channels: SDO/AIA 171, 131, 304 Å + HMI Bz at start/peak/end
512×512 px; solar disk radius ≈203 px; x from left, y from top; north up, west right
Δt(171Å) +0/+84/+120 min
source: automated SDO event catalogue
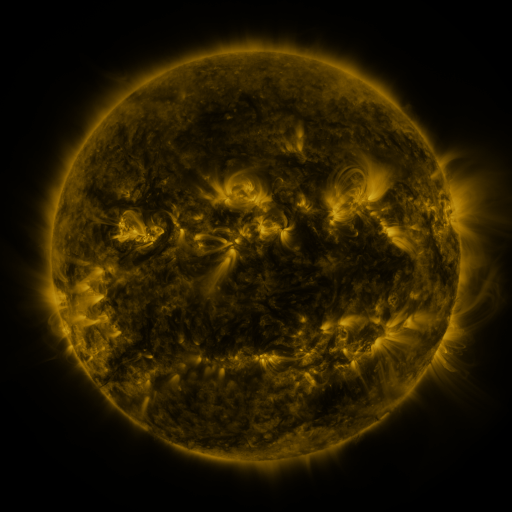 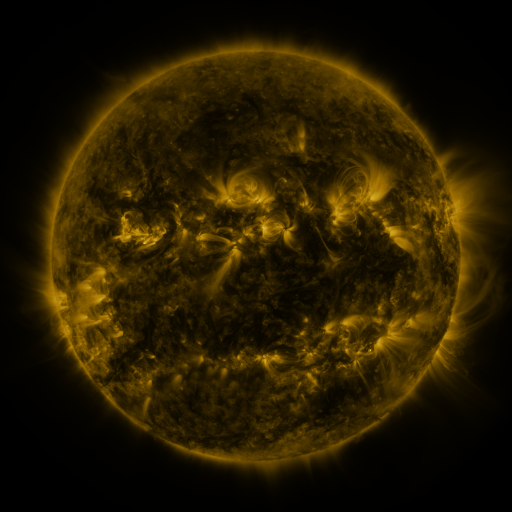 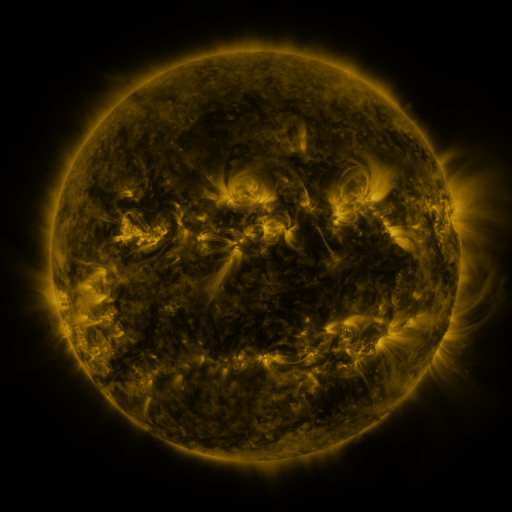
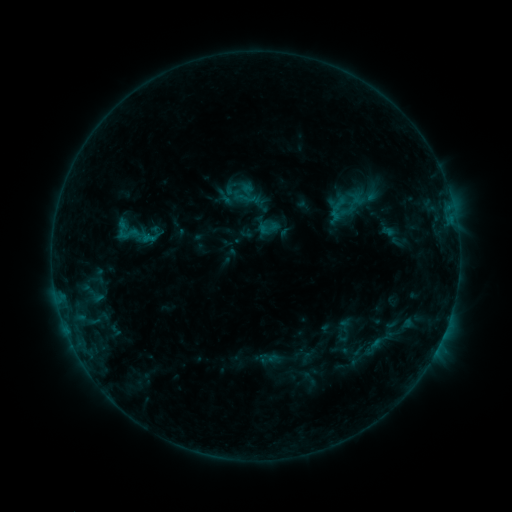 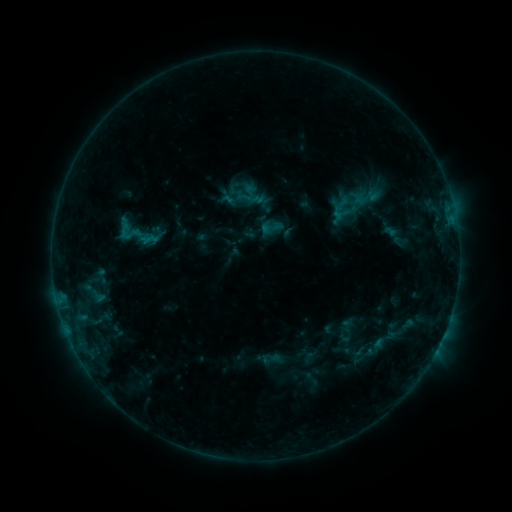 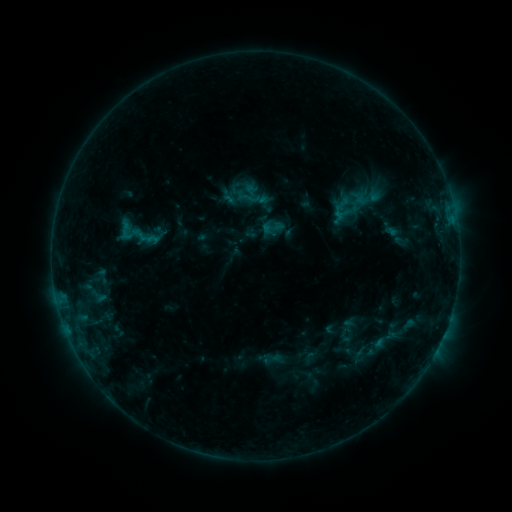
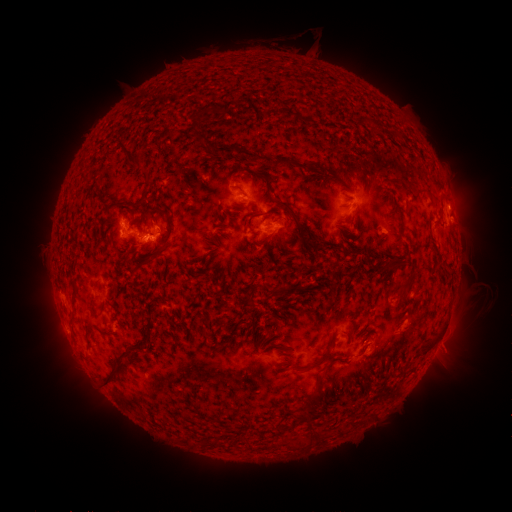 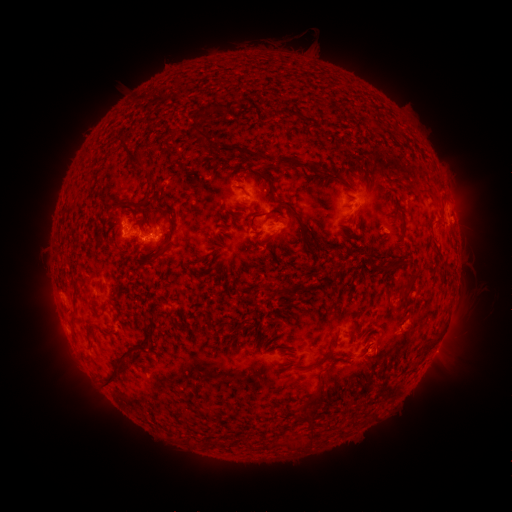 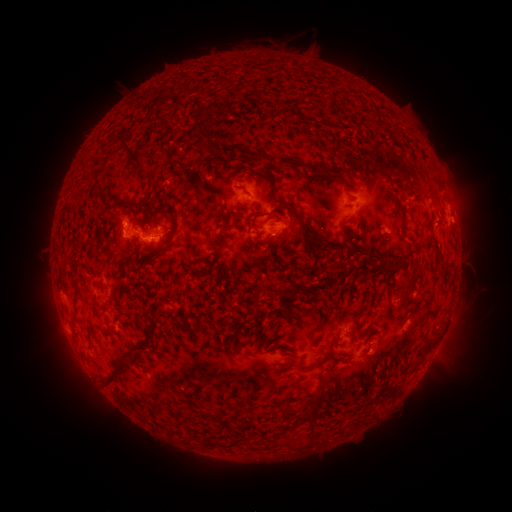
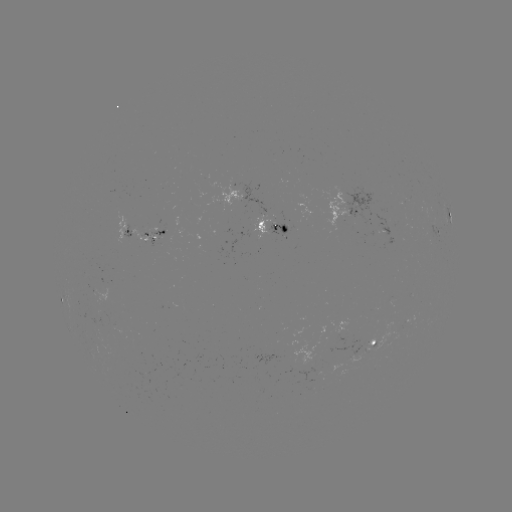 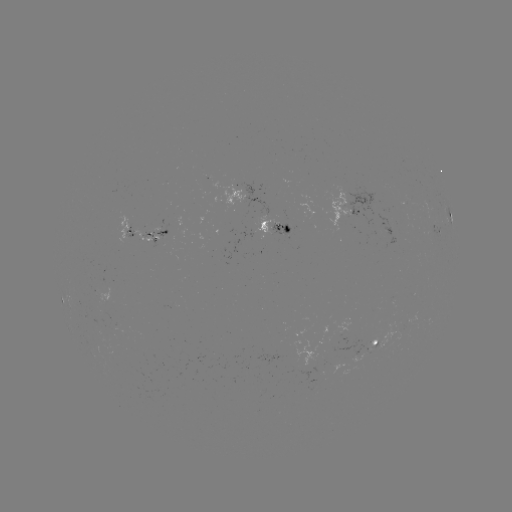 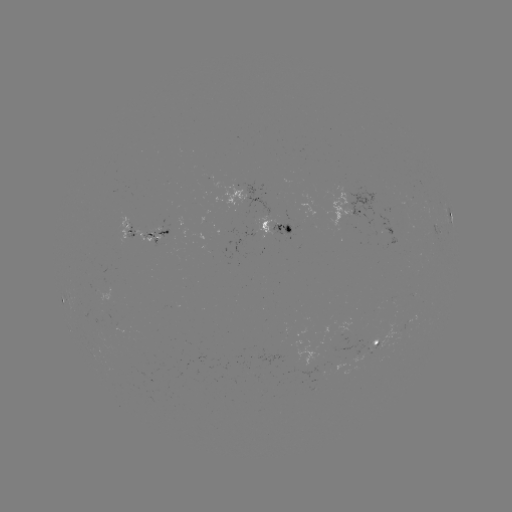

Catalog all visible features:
emerging-flux region: (153, 233)
